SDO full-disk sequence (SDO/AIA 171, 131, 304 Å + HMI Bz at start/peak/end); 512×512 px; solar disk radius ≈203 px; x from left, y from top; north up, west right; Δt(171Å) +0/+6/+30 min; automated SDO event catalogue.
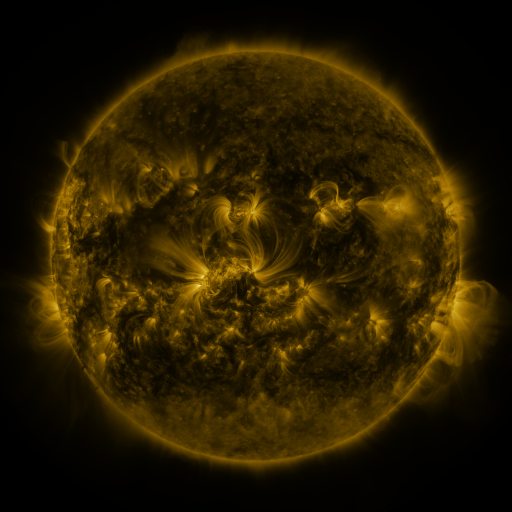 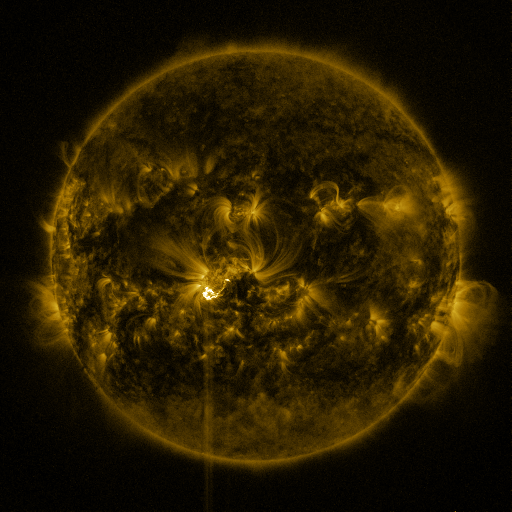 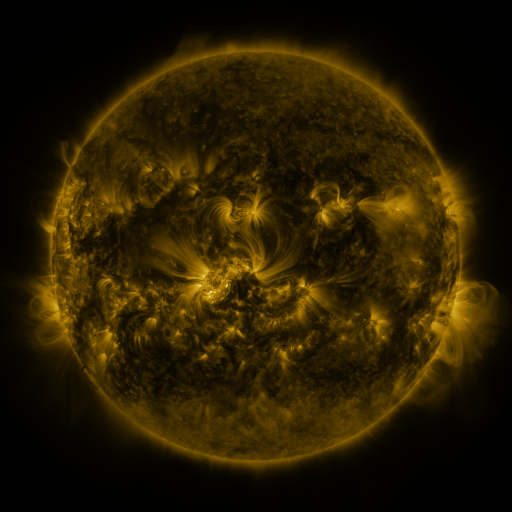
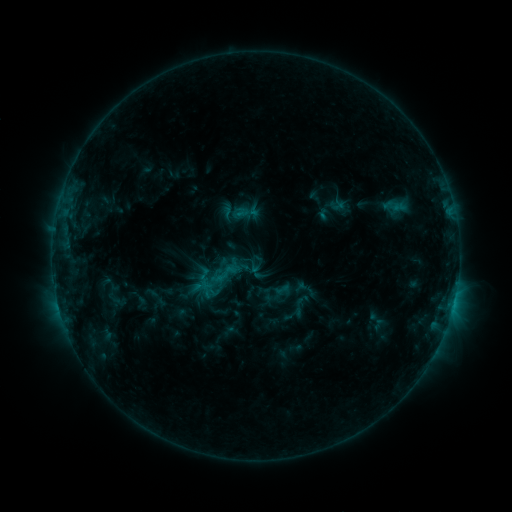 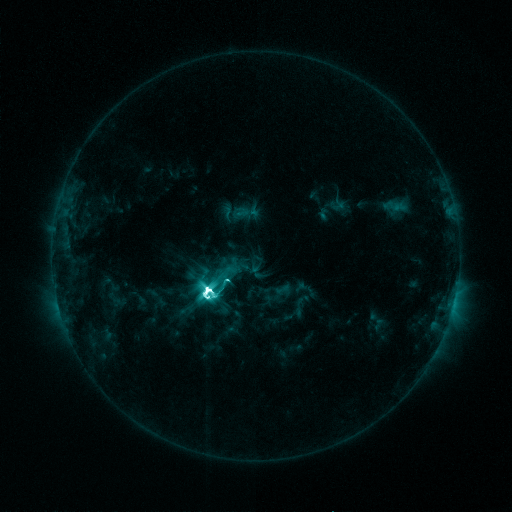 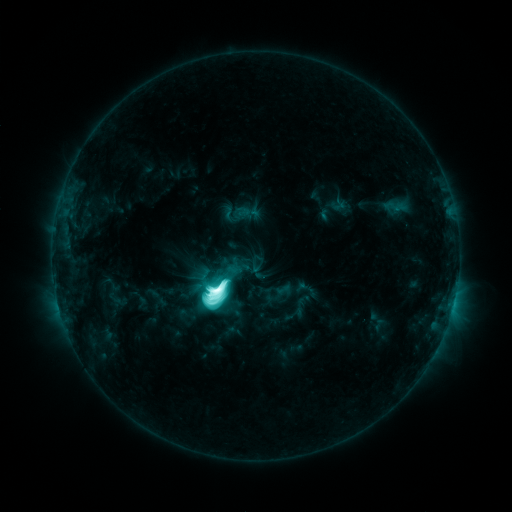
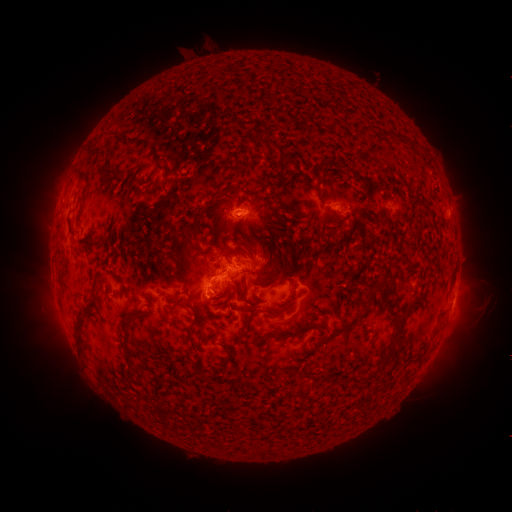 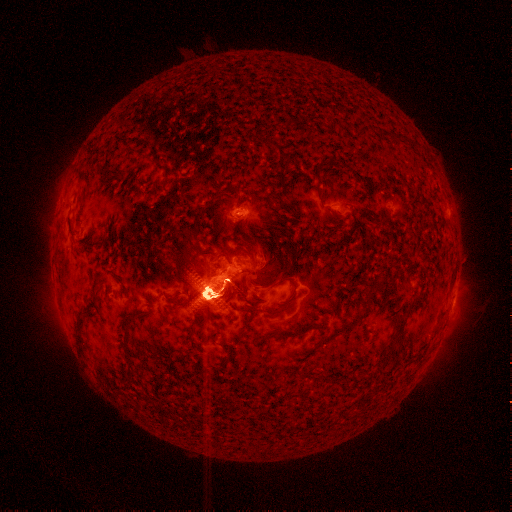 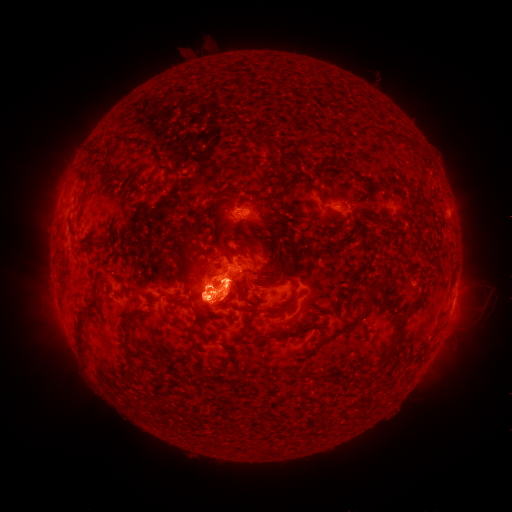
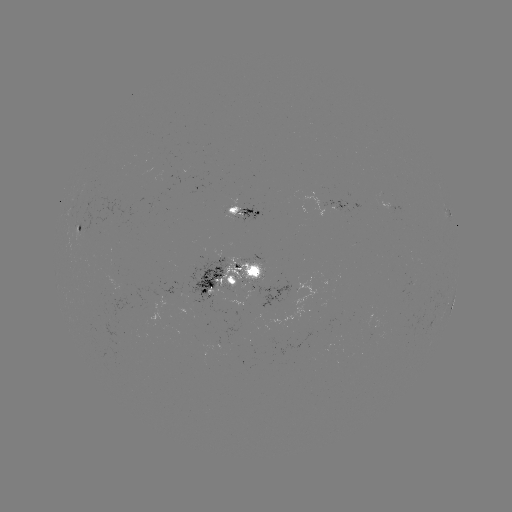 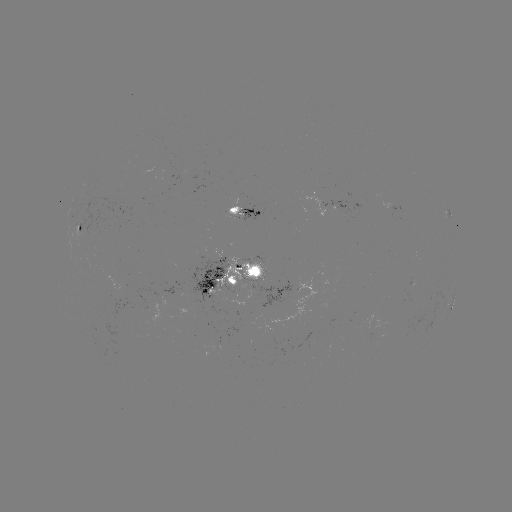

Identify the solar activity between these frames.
M7.2 flare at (211, 289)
